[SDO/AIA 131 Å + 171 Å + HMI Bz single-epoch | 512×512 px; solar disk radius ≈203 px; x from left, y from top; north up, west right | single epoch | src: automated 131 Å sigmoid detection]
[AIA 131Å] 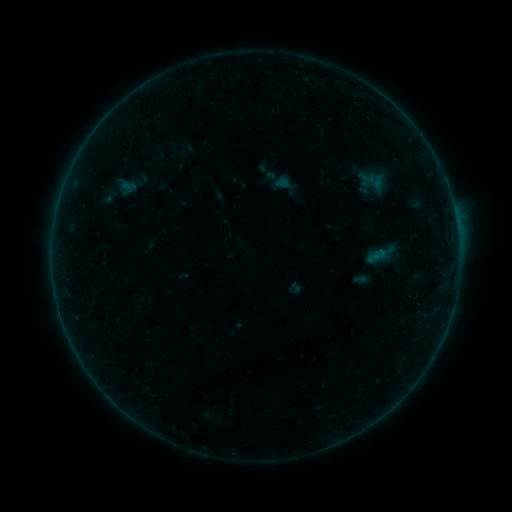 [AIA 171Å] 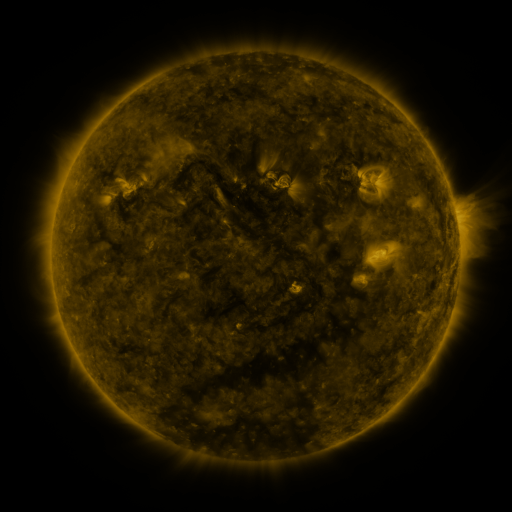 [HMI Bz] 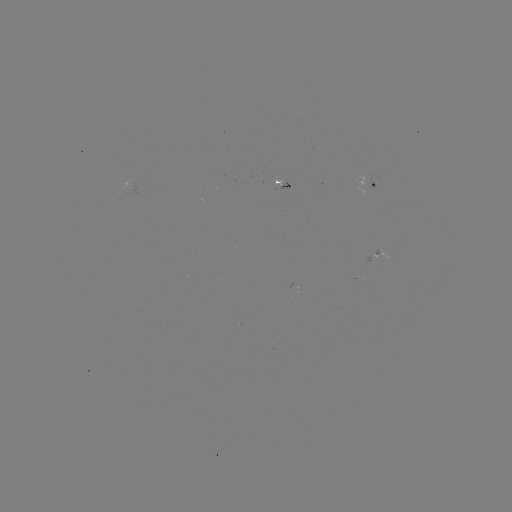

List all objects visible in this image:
sigmoid: (295, 288)
